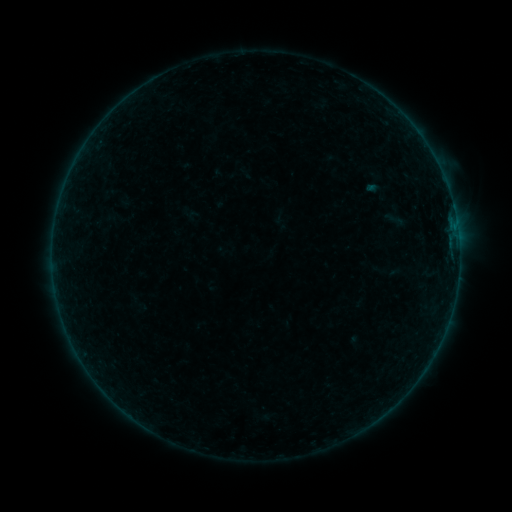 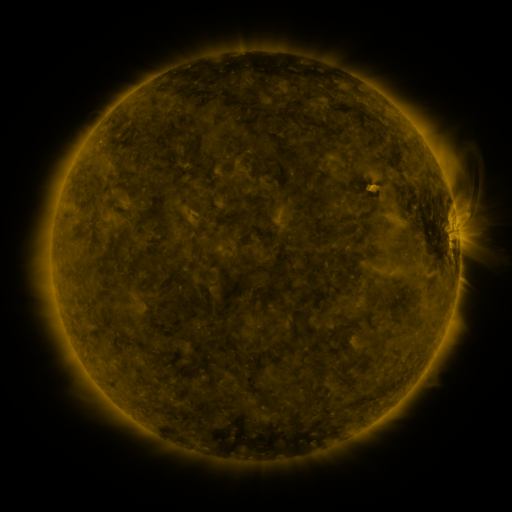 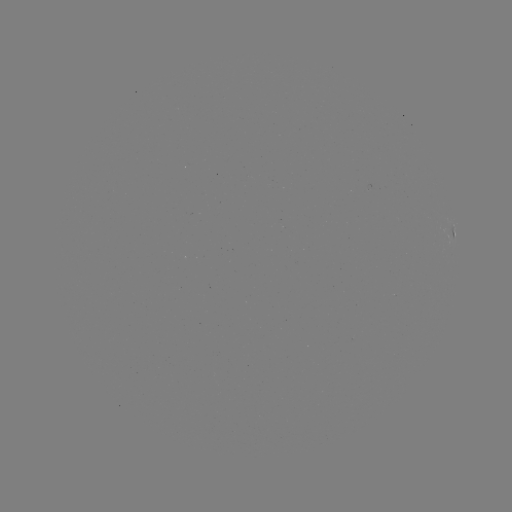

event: sigmoid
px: (395, 219)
